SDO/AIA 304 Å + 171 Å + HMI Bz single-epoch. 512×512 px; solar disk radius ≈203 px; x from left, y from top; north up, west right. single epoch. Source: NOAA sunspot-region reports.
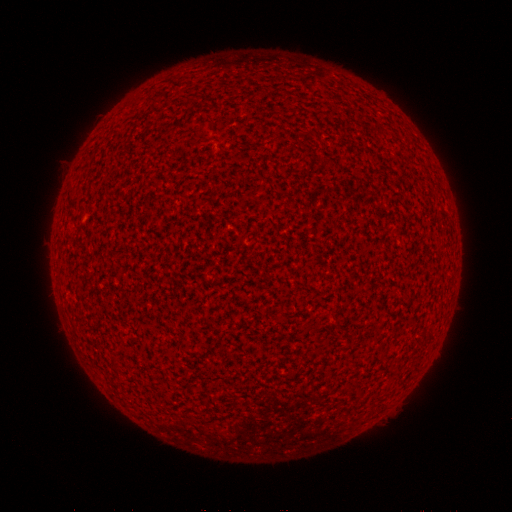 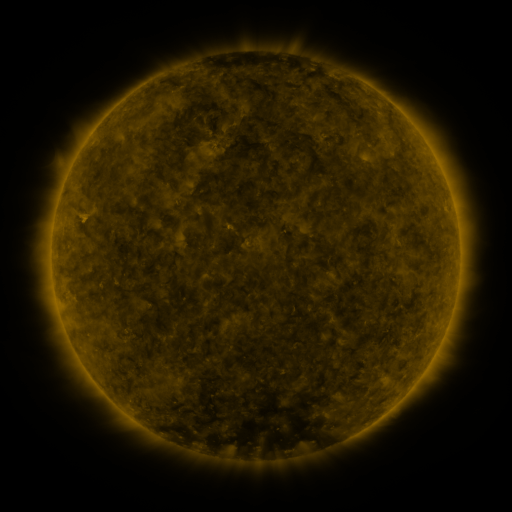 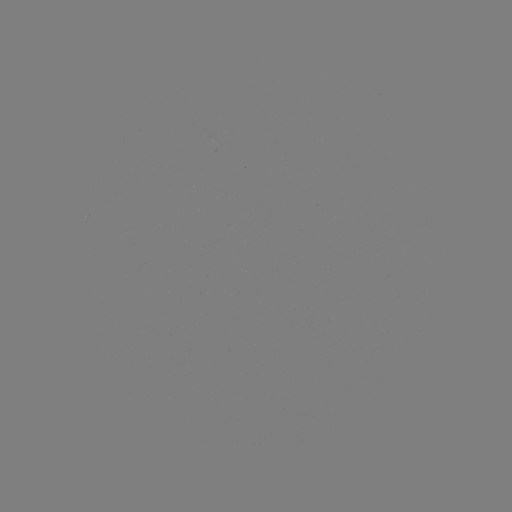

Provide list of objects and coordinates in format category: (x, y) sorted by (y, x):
(none)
